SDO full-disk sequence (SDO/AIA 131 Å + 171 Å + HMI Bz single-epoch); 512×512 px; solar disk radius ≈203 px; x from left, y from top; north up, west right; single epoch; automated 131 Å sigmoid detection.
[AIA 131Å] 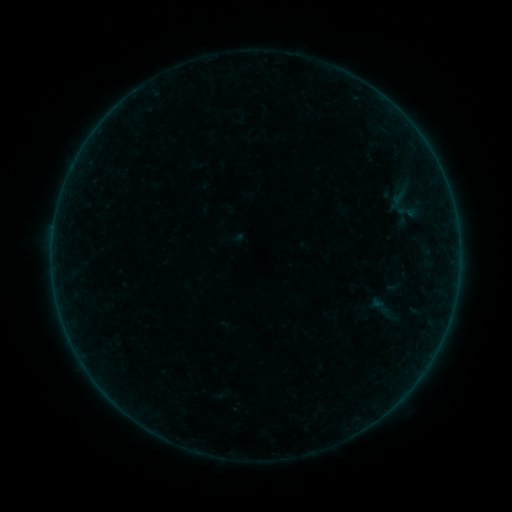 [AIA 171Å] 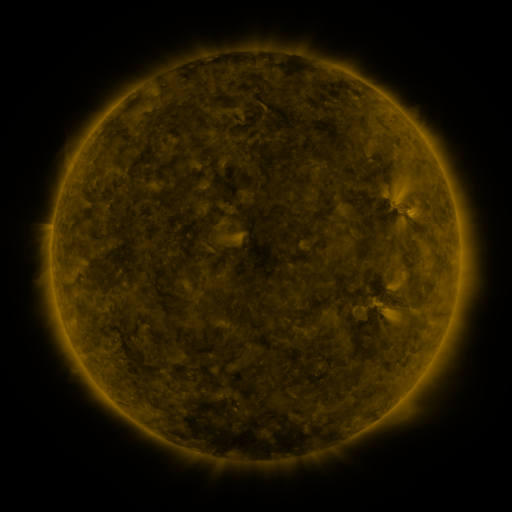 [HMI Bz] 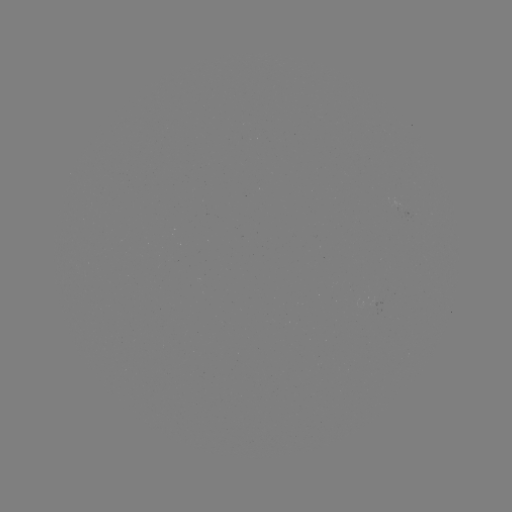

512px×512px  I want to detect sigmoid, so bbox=[367, 290, 396, 325].